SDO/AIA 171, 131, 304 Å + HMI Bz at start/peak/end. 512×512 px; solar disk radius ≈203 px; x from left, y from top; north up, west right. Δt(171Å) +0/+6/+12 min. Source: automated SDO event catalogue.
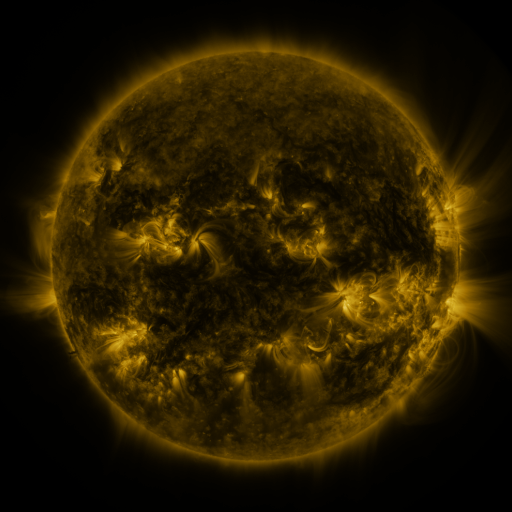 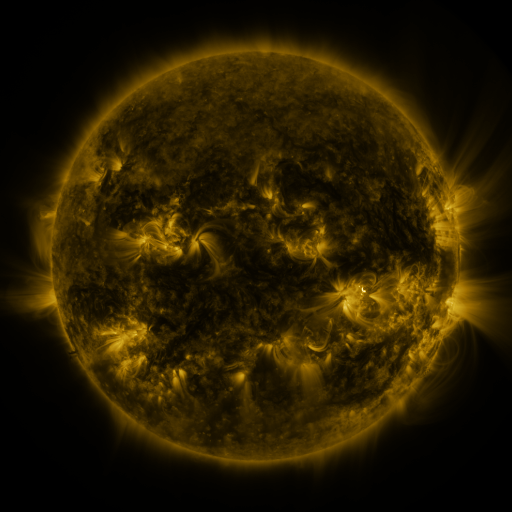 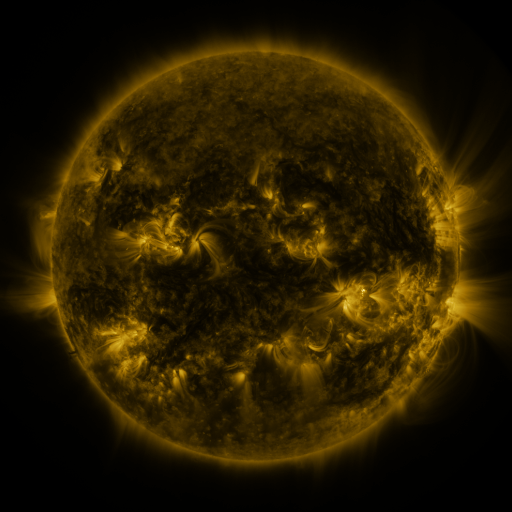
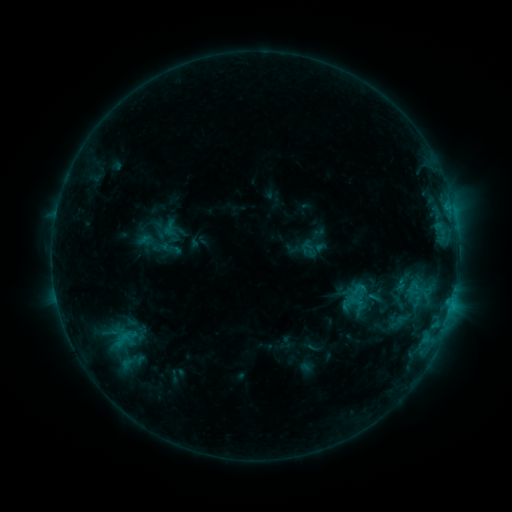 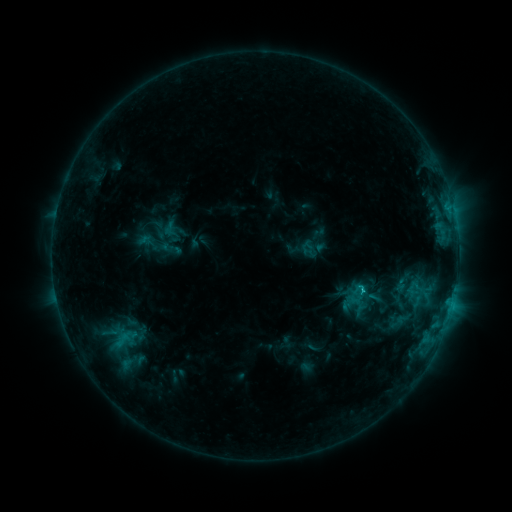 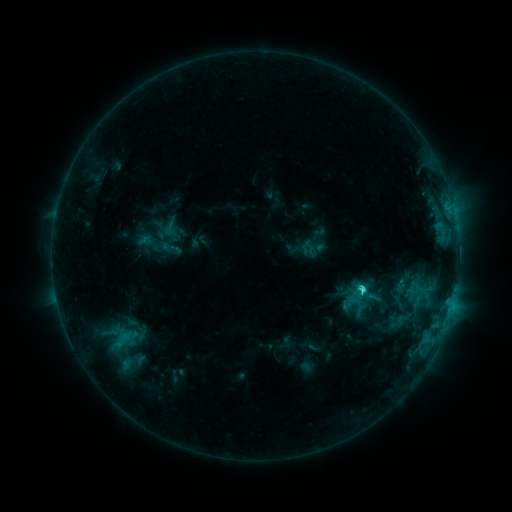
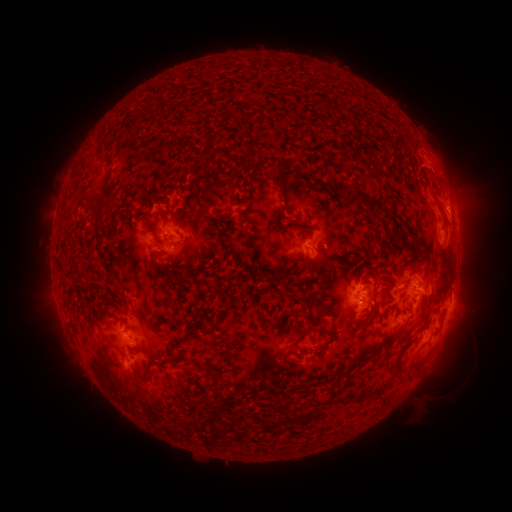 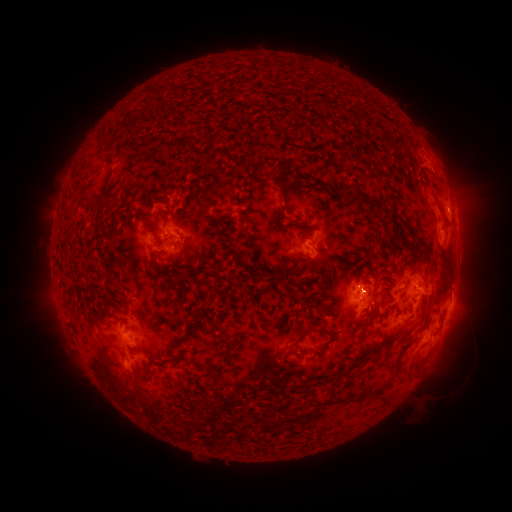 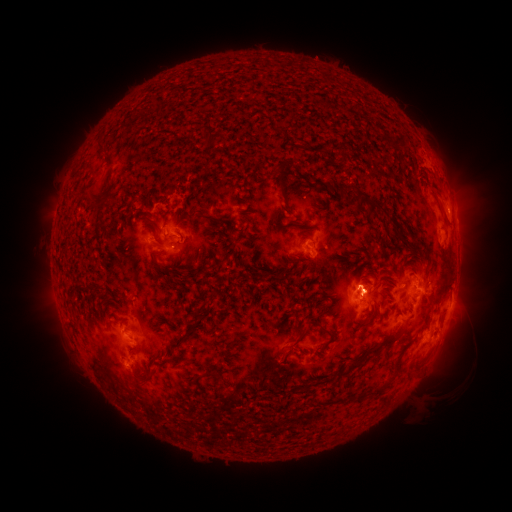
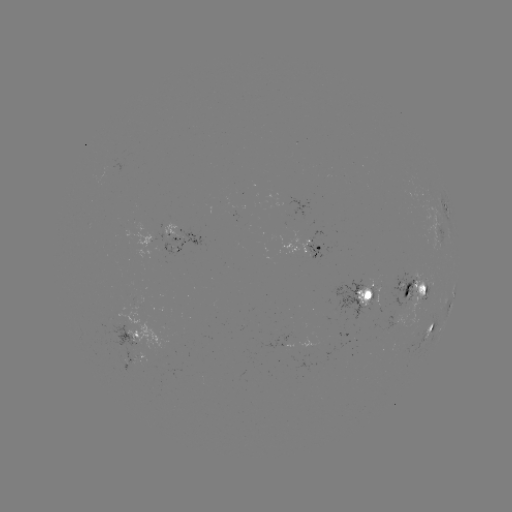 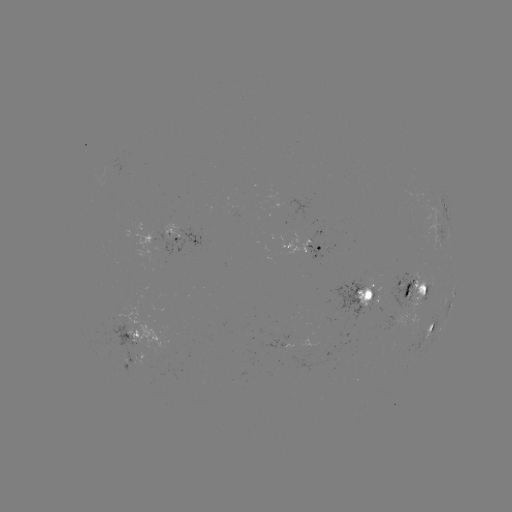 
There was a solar flare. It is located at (360, 289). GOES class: C4.6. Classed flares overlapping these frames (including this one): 1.